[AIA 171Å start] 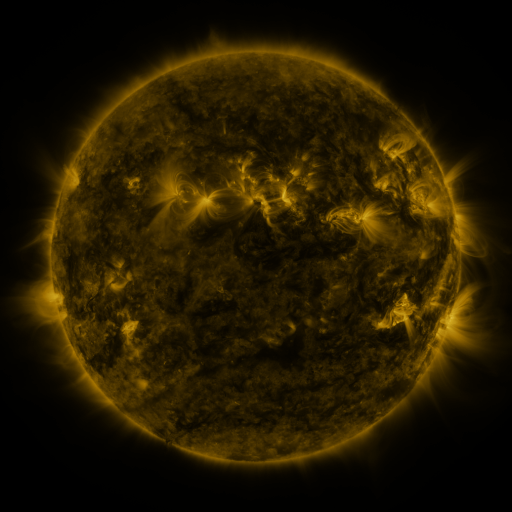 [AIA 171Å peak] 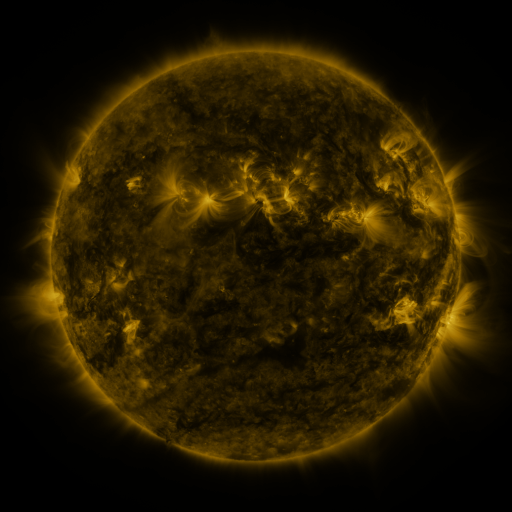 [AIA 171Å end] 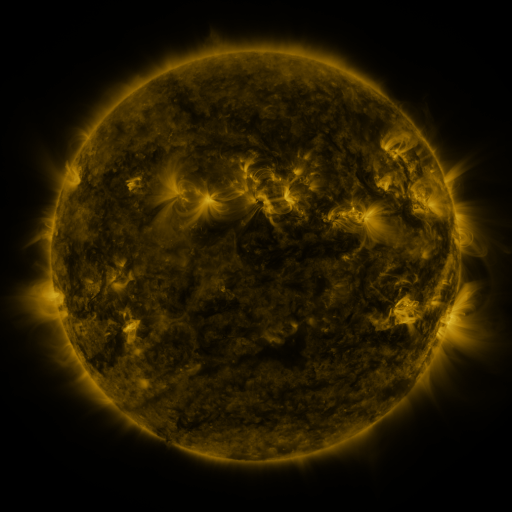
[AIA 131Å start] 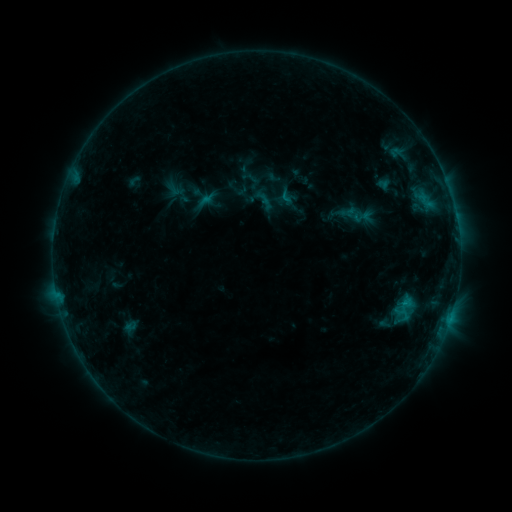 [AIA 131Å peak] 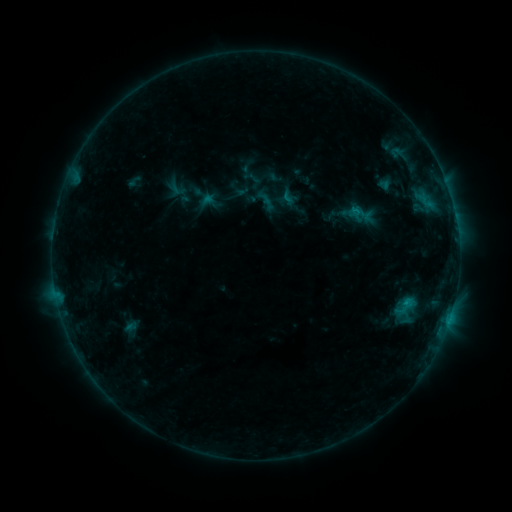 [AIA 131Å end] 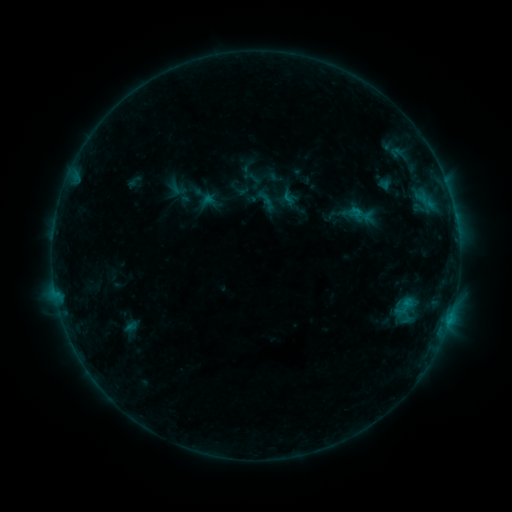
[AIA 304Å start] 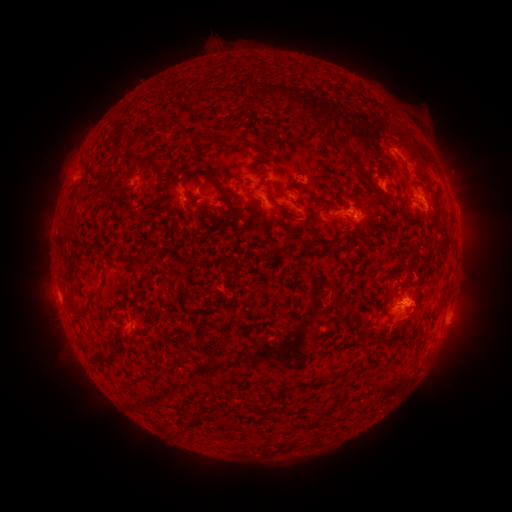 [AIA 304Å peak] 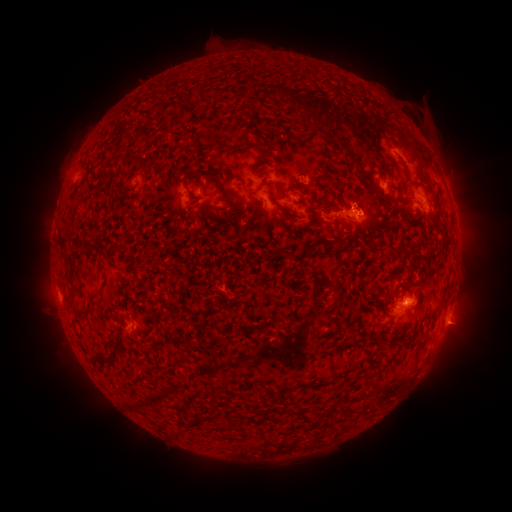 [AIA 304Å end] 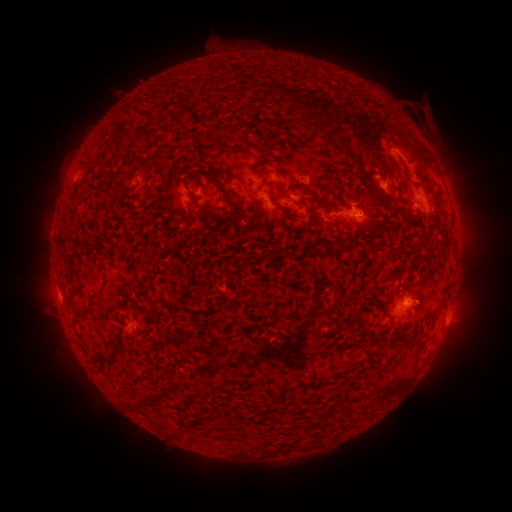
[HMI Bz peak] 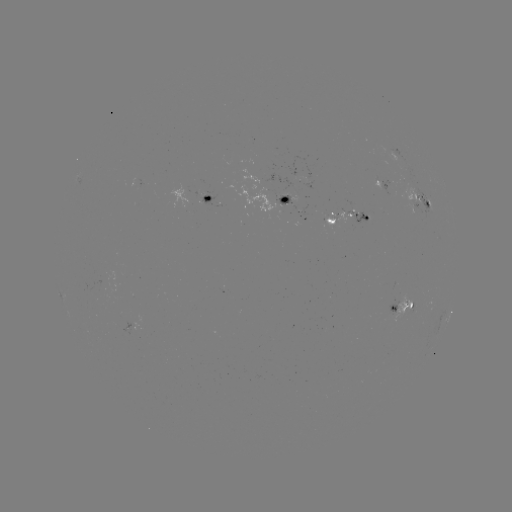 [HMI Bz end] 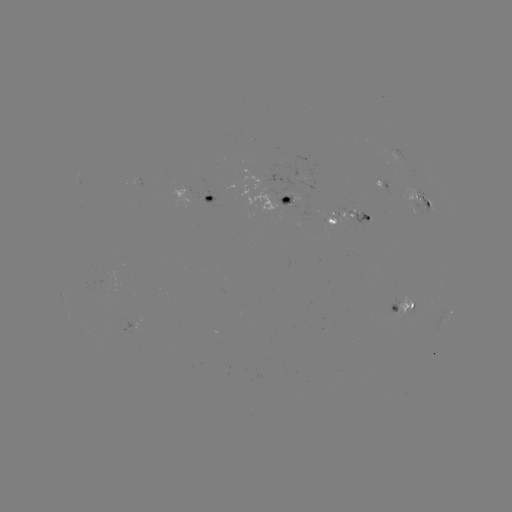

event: emerging-flux region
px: (365, 217)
